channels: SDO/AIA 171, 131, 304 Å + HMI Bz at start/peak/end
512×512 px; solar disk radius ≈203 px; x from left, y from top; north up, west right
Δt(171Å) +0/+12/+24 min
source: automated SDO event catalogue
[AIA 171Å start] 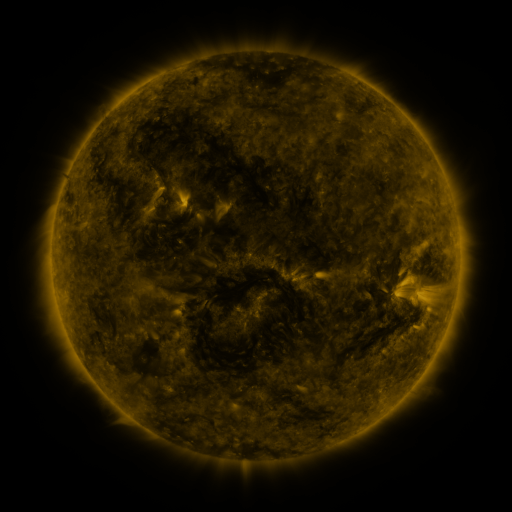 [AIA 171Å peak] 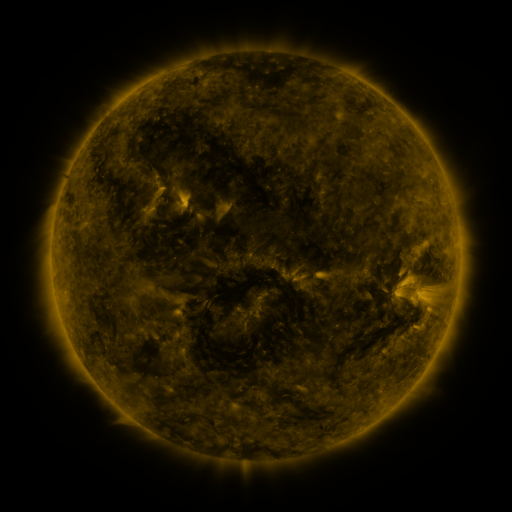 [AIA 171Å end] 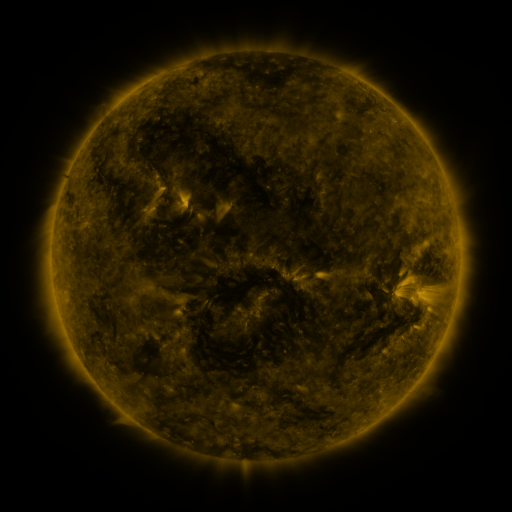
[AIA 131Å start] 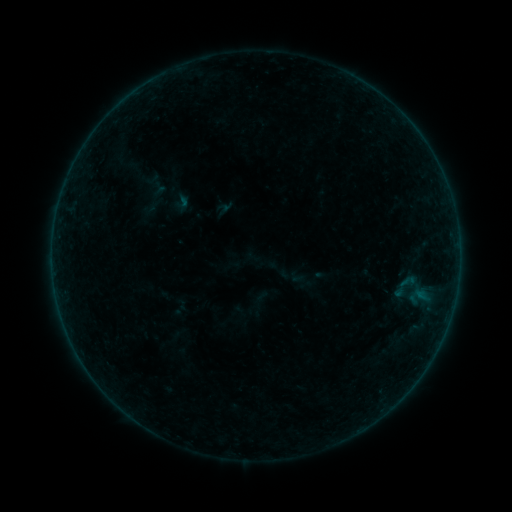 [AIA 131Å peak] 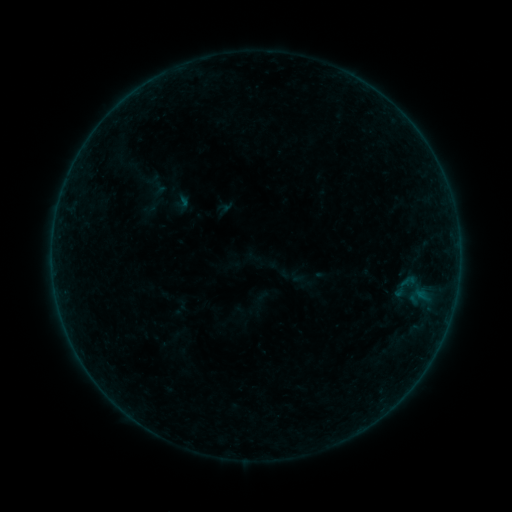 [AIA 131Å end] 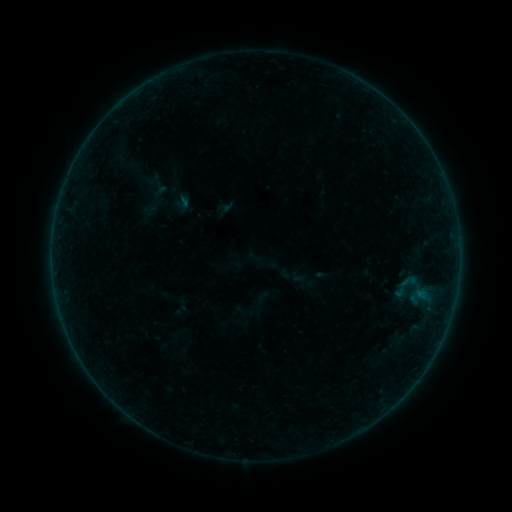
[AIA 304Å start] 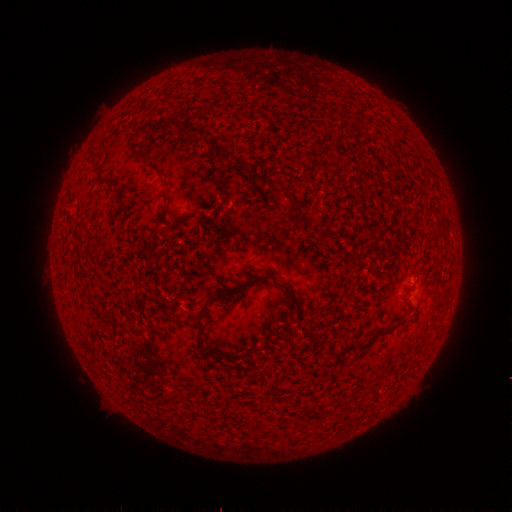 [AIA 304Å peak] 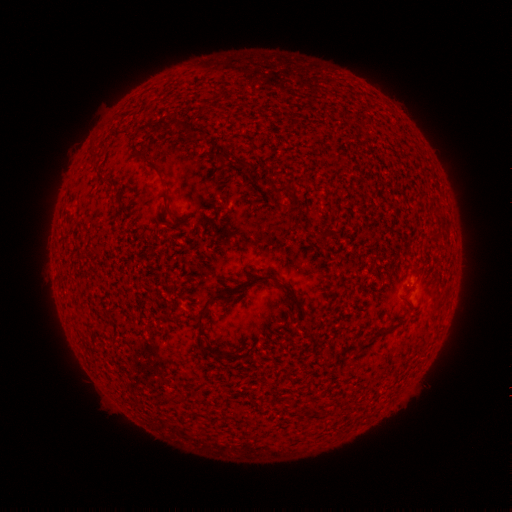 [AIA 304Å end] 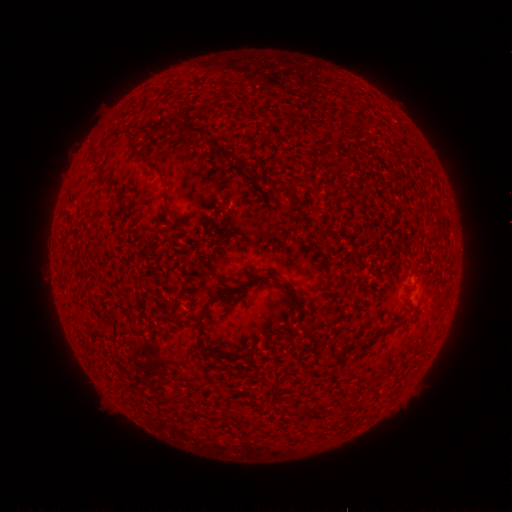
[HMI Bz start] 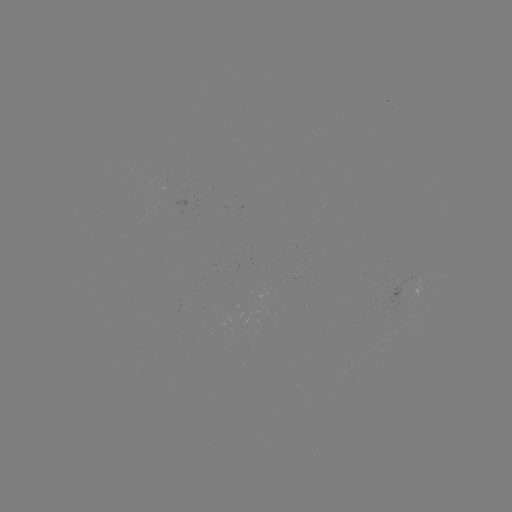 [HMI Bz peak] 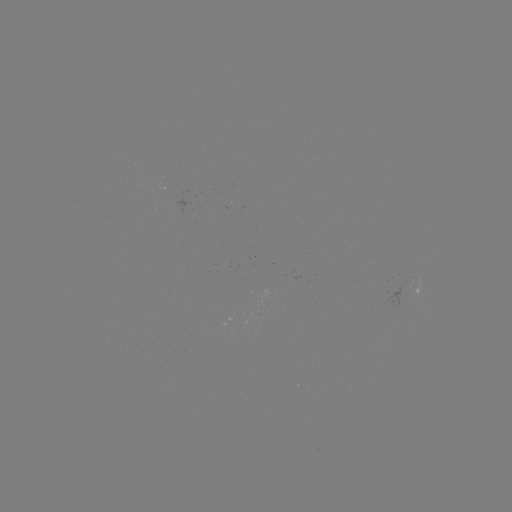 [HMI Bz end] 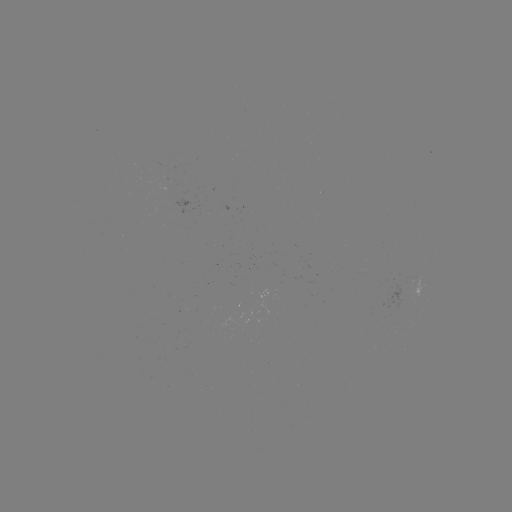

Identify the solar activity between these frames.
no classed flare was catalogued and no EUV brightening was flagged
